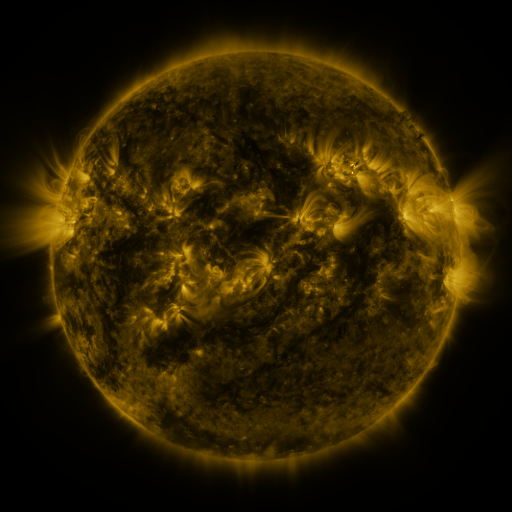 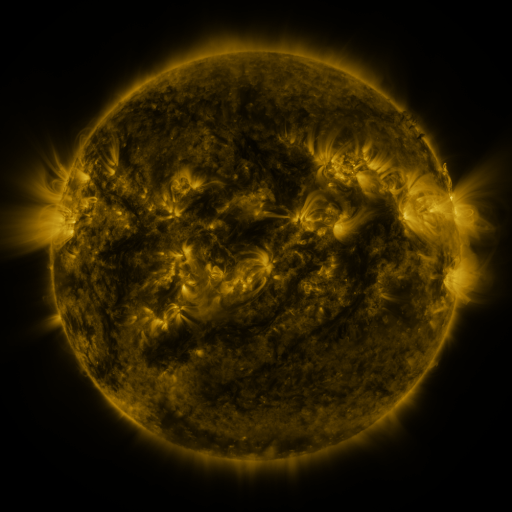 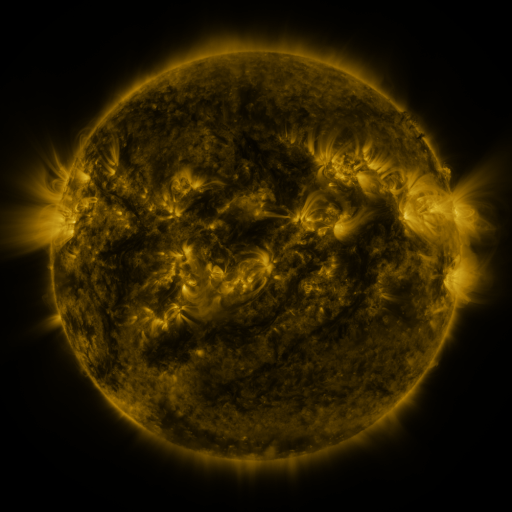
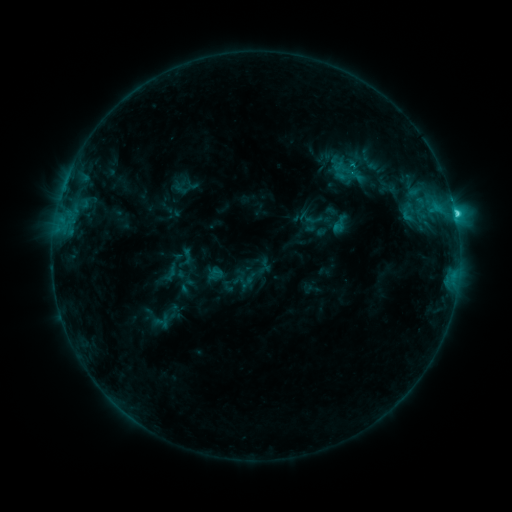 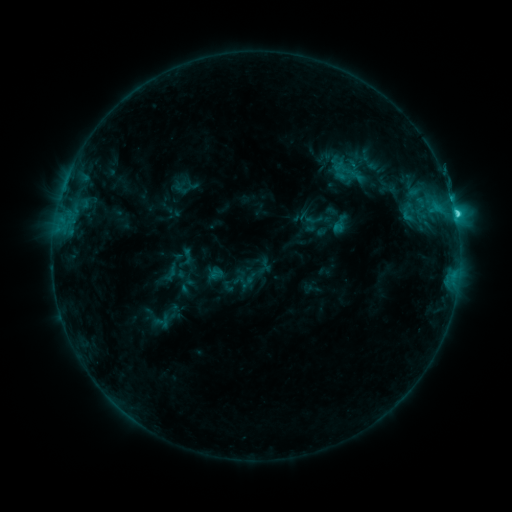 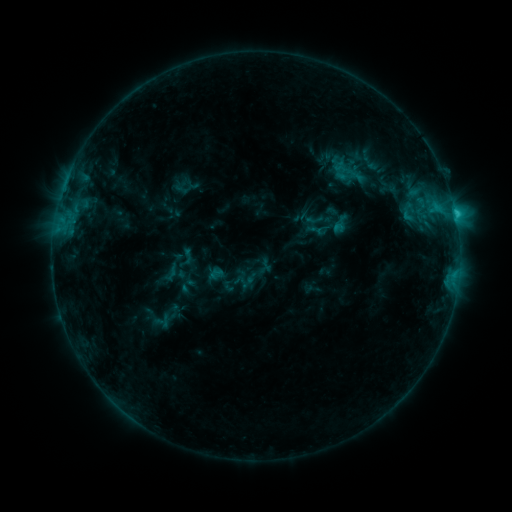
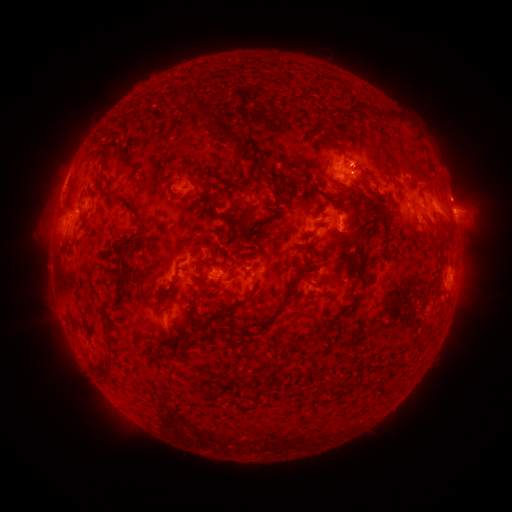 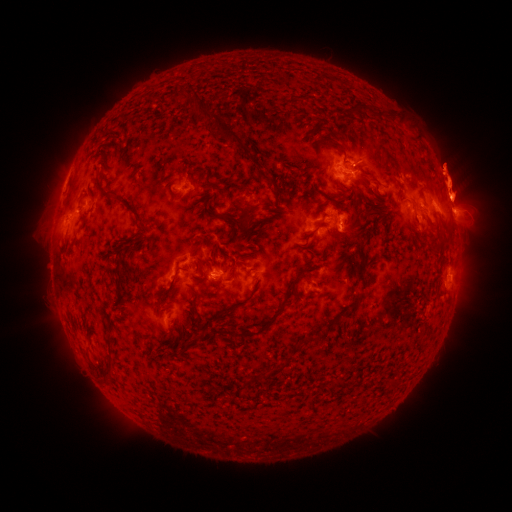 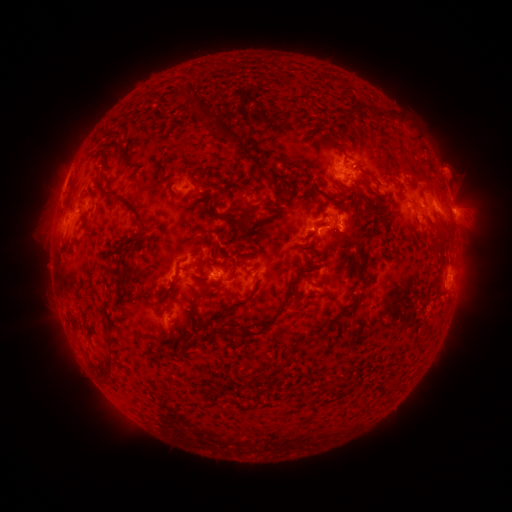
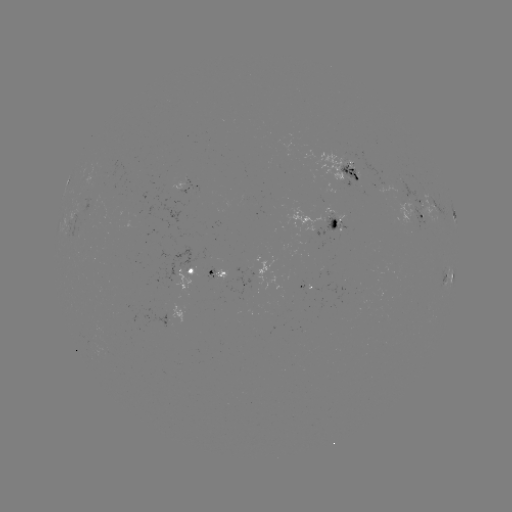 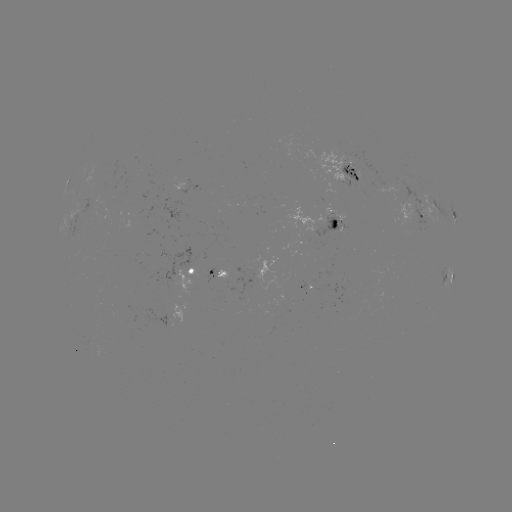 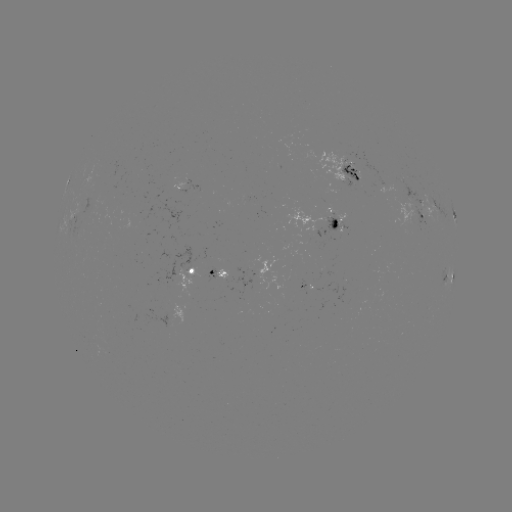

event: eruption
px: (455, 178)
